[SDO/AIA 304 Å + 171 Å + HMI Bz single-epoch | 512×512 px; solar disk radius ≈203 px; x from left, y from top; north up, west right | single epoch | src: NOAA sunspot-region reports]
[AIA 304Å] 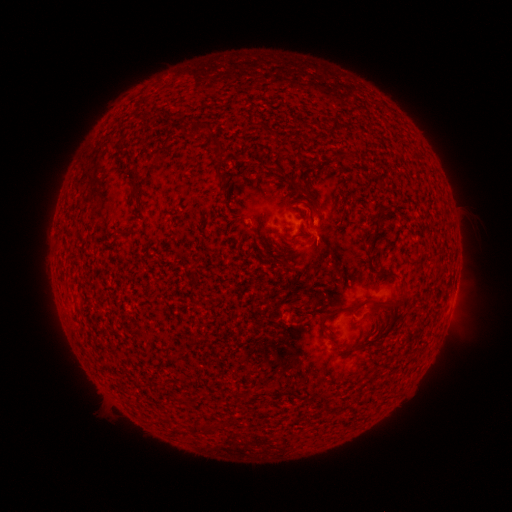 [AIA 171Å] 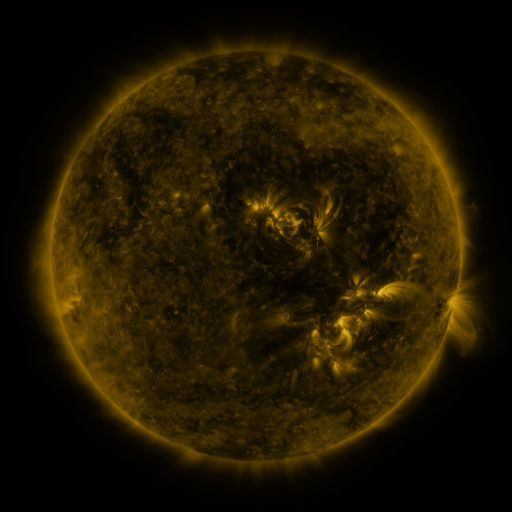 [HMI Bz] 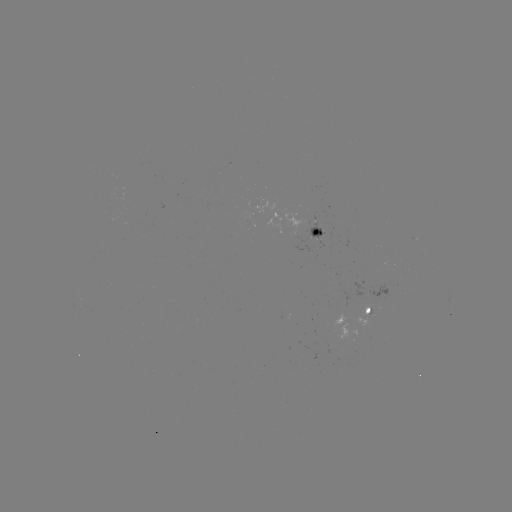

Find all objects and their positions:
spotted active region: (320, 232)
spotted active region: (371, 310)
